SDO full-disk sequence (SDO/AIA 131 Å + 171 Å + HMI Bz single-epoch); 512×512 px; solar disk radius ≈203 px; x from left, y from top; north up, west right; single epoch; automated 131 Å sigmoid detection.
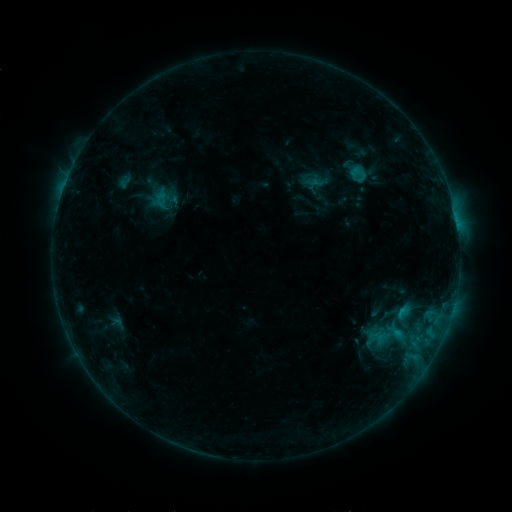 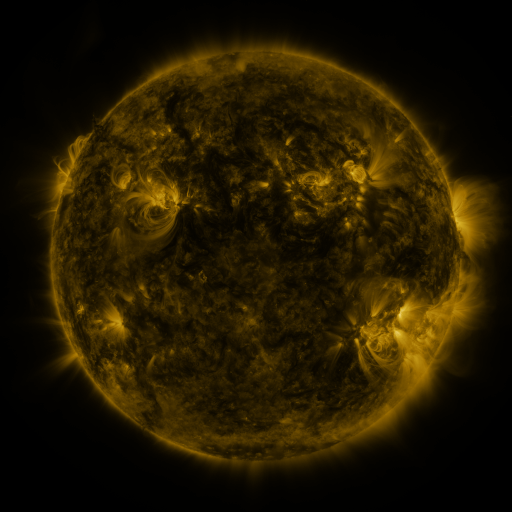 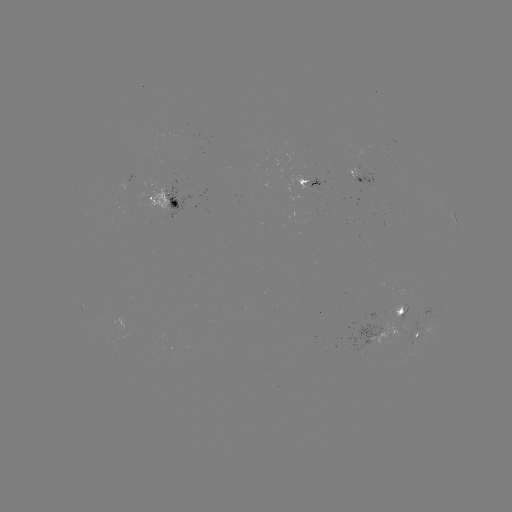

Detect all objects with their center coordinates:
sigmoid: (358, 173)
